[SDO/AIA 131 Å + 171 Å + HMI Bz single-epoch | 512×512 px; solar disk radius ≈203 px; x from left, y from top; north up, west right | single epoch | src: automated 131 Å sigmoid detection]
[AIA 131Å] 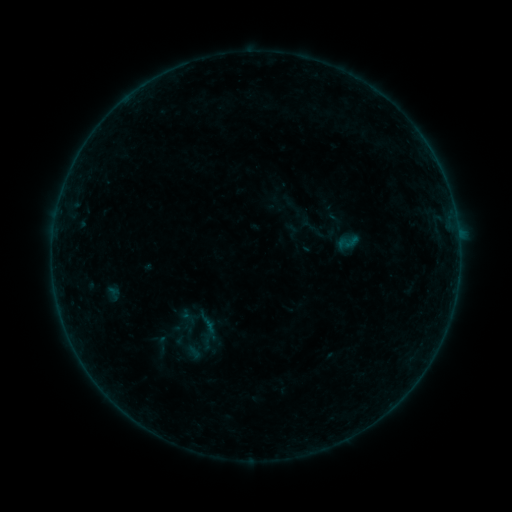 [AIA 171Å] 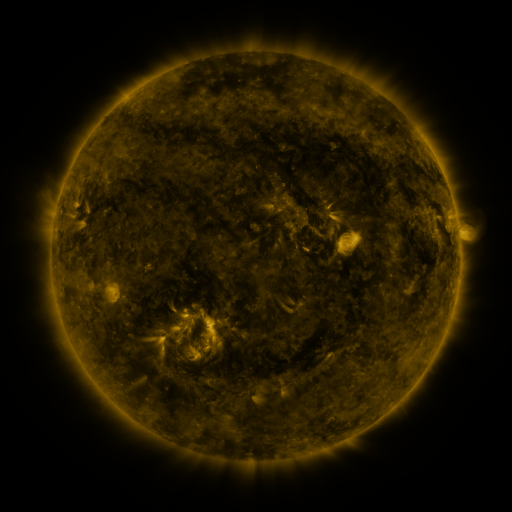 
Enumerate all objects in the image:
sigmoid: (163, 344)
